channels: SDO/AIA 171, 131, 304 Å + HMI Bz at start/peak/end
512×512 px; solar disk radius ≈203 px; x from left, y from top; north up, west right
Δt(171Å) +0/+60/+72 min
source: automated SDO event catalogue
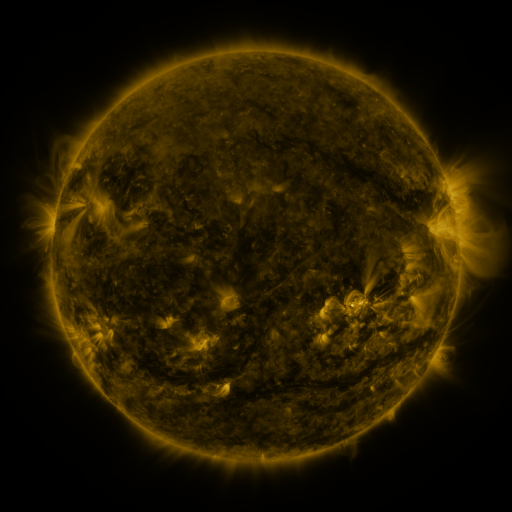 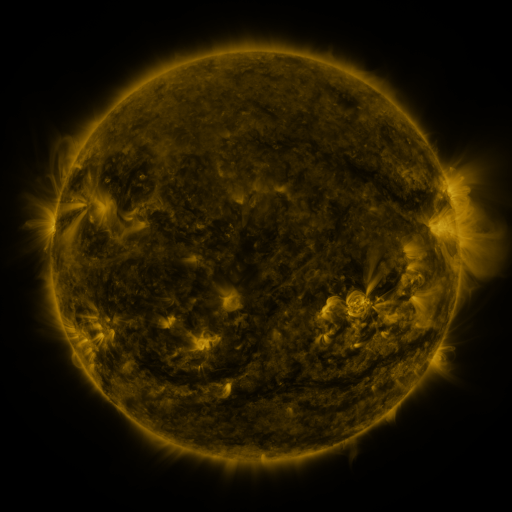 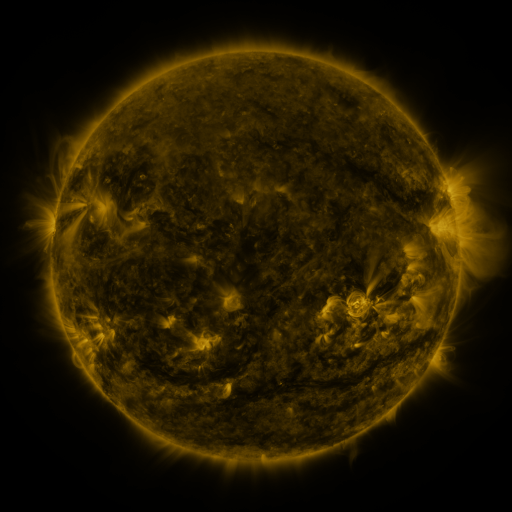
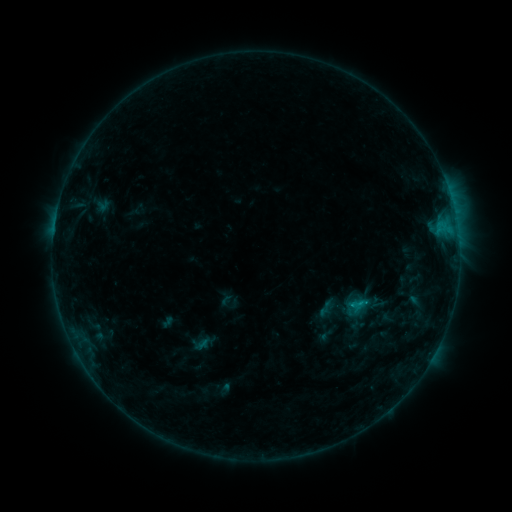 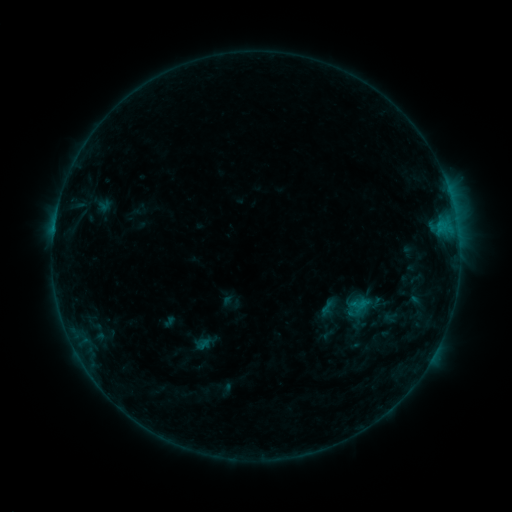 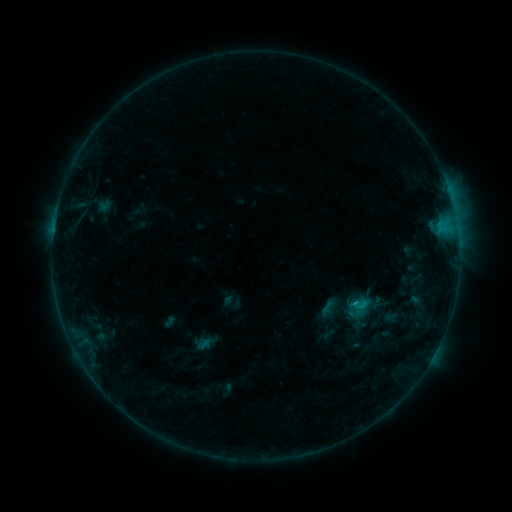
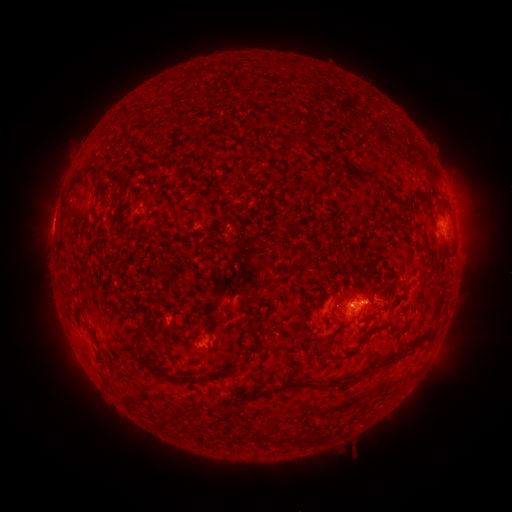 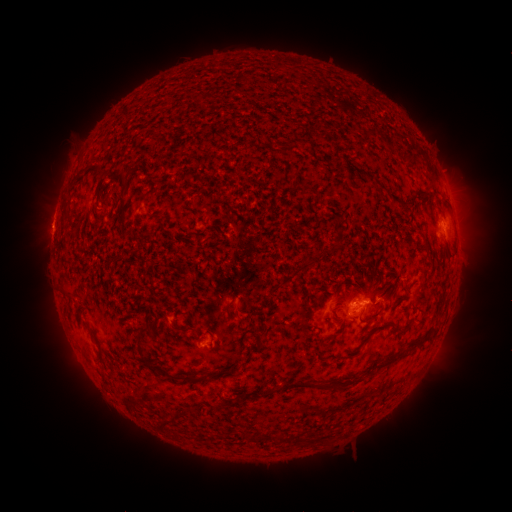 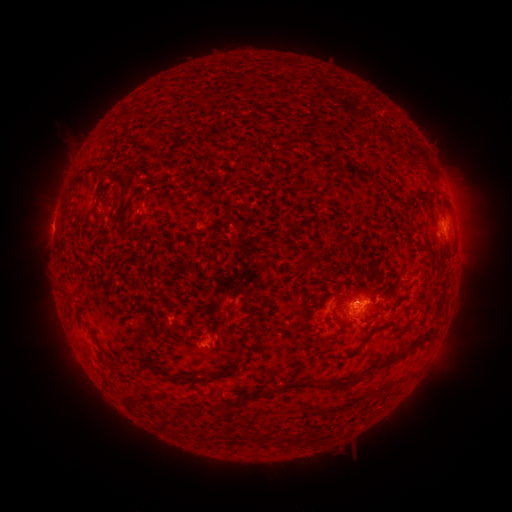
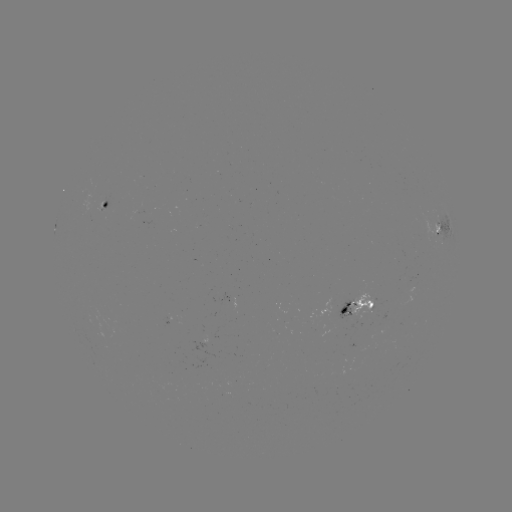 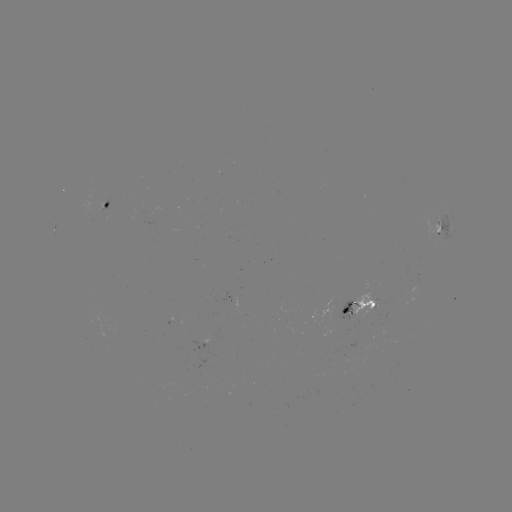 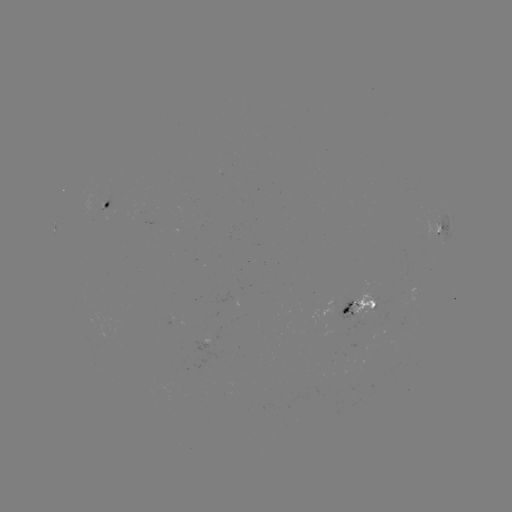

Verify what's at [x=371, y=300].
emerging-flux region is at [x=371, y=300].